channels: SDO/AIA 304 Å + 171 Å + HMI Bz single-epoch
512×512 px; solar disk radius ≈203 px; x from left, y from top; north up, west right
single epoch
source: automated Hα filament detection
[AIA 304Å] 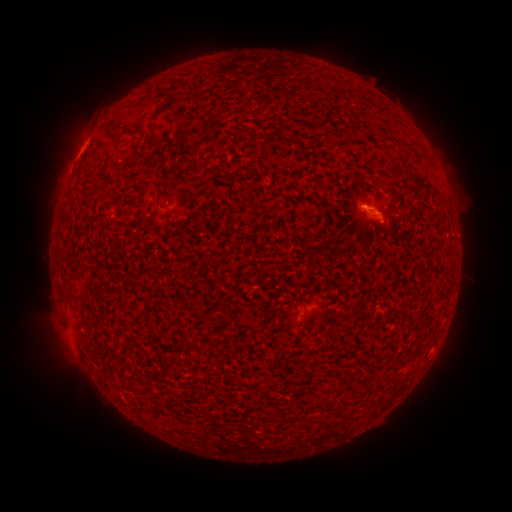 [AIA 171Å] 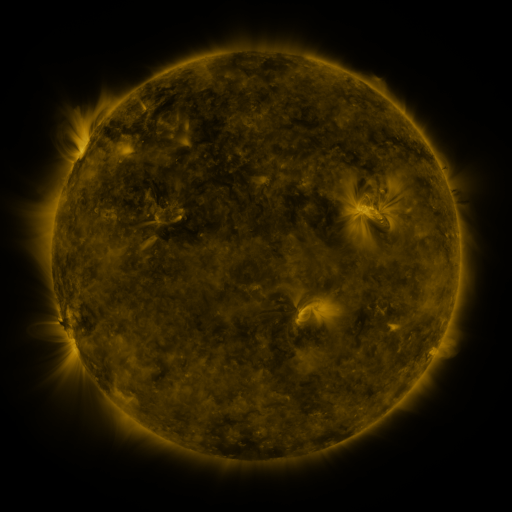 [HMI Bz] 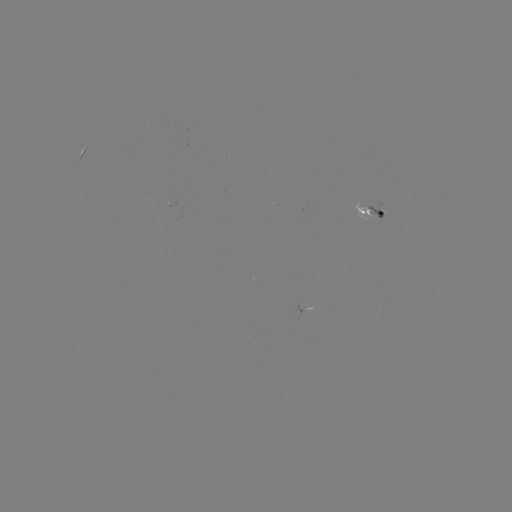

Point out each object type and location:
filament: [154, 87, 179, 116]
filament: [280, 90, 288, 100]
filament: [202, 112, 213, 124]
filament: [106, 123, 122, 134]
filament: [90, 185, 104, 194]
filament: [301, 315, 307, 325]
filament: [99, 366, 109, 383]
filament: [167, 424, 179, 433]
